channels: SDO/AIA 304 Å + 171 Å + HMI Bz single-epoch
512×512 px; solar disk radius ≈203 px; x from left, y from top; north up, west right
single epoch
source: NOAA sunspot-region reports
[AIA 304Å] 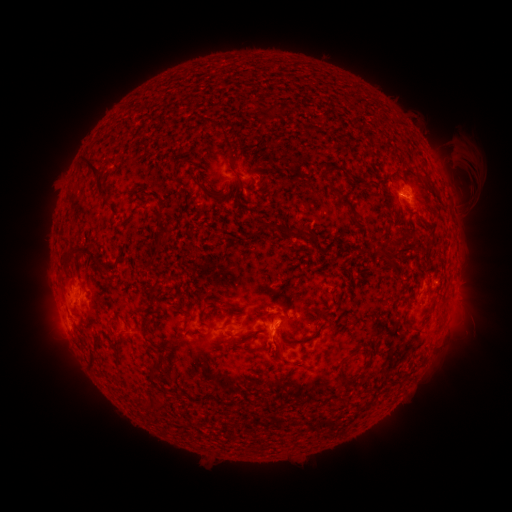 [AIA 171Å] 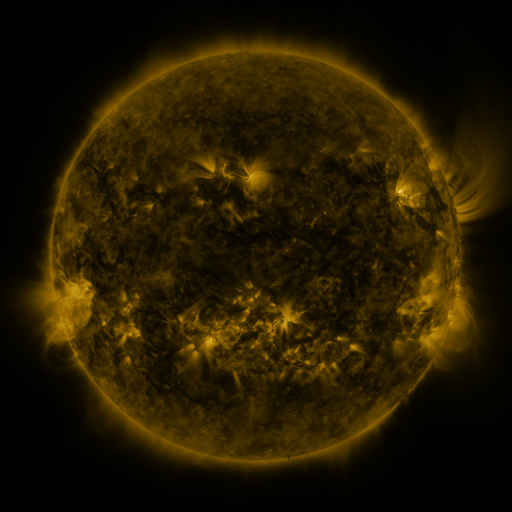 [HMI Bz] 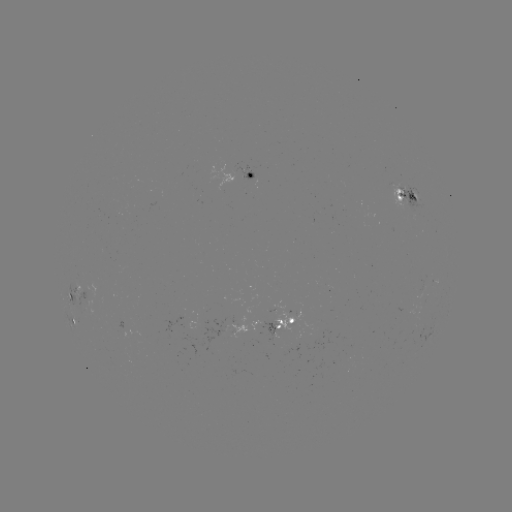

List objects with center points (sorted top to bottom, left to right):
spotted active region: (249, 177)
spotted active region: (408, 195)
spotted active region: (80, 300)
spotted active region: (77, 320)
spotted active region: (283, 323)
